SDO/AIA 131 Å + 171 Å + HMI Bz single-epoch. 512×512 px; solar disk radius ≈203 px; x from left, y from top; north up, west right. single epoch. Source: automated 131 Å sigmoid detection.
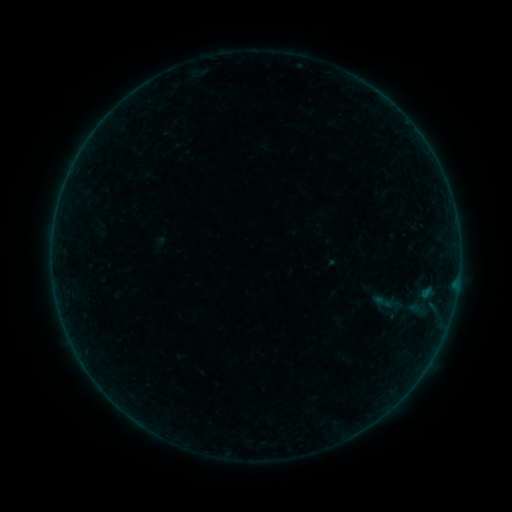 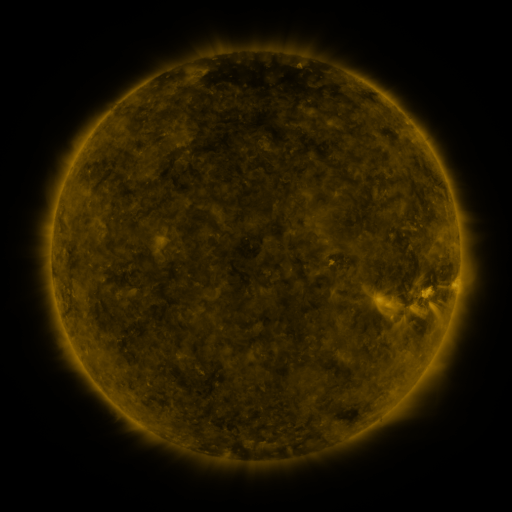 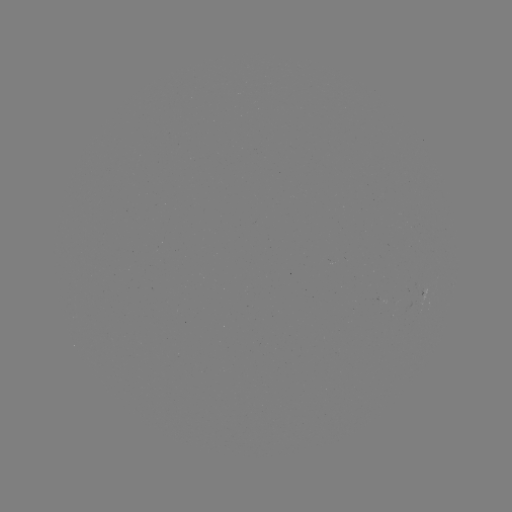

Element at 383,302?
sigmoid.